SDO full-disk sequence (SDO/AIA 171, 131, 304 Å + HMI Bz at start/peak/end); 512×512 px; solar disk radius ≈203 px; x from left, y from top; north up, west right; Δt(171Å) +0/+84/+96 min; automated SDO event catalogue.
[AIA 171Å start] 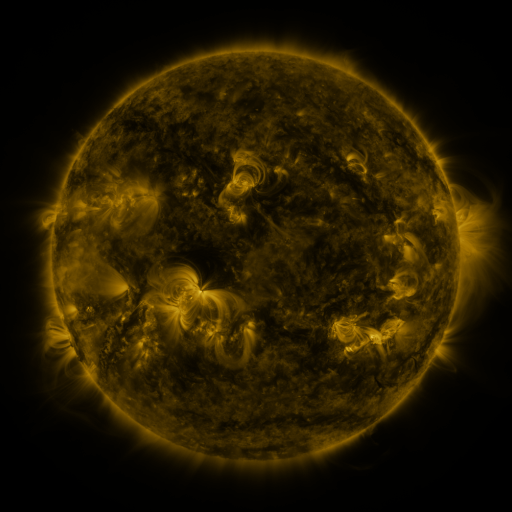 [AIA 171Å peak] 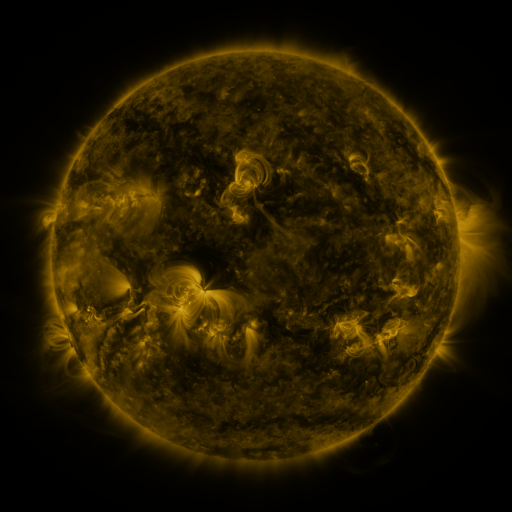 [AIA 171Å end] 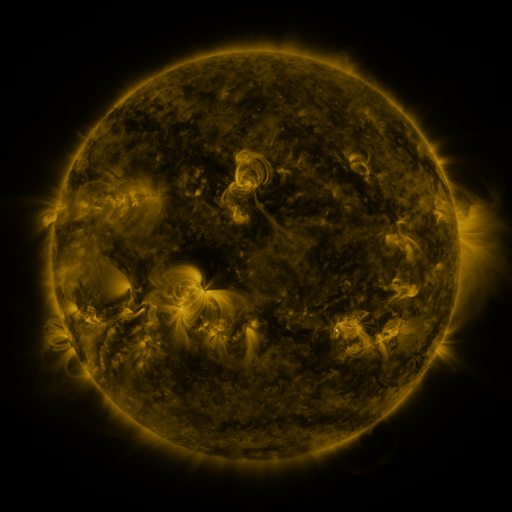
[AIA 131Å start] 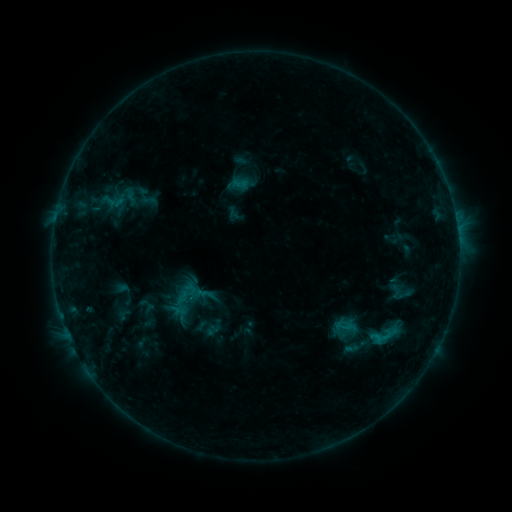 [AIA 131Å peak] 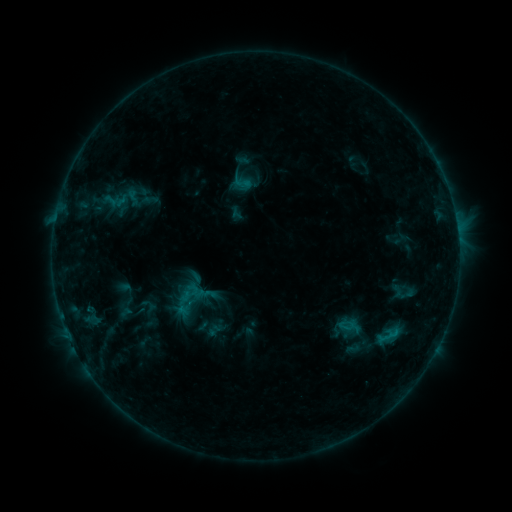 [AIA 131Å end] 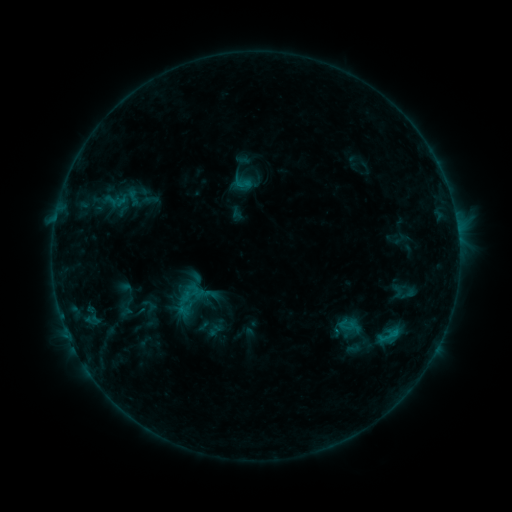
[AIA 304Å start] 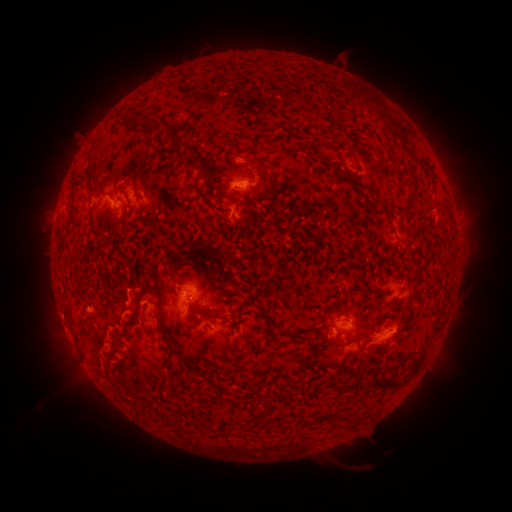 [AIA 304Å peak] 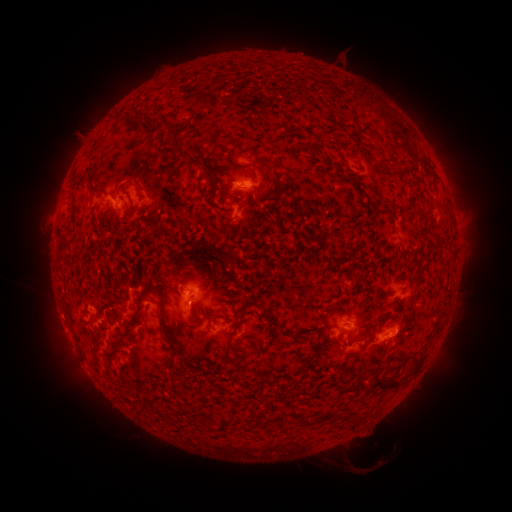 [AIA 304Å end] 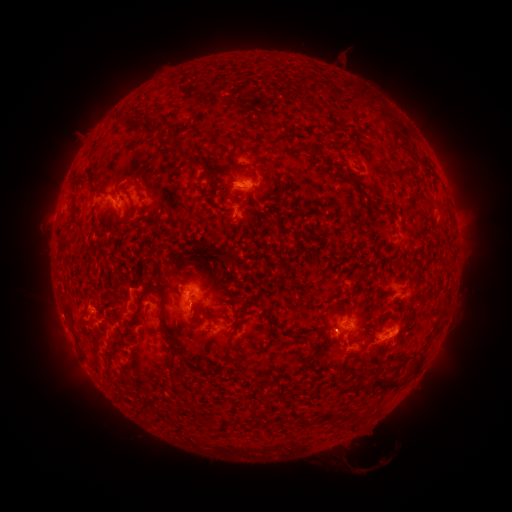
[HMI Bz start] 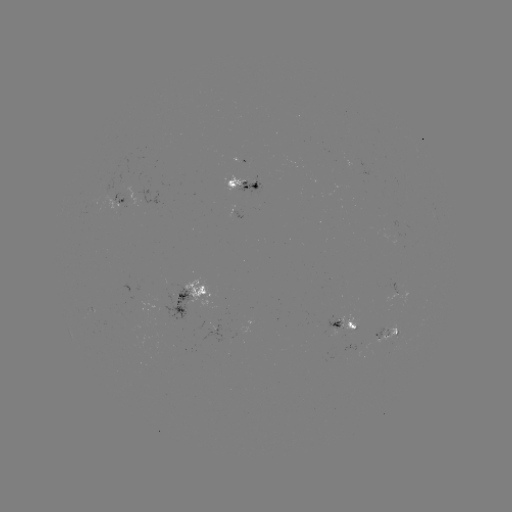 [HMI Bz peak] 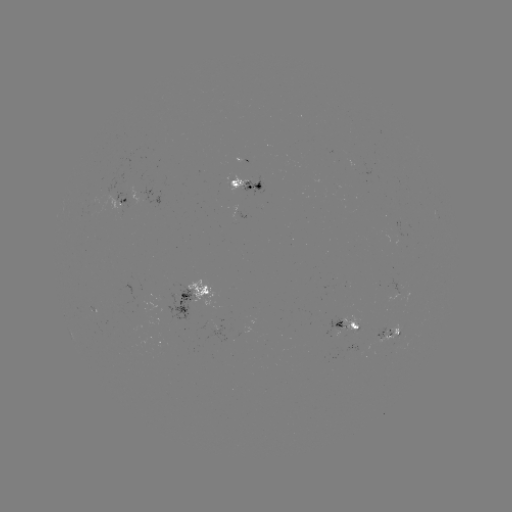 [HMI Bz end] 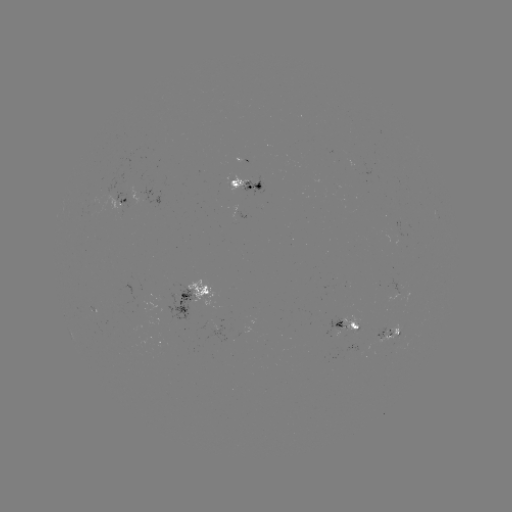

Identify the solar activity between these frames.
emerging-flux region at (340, 326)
